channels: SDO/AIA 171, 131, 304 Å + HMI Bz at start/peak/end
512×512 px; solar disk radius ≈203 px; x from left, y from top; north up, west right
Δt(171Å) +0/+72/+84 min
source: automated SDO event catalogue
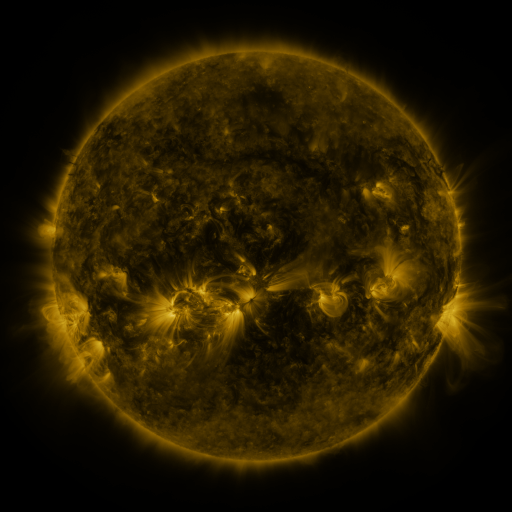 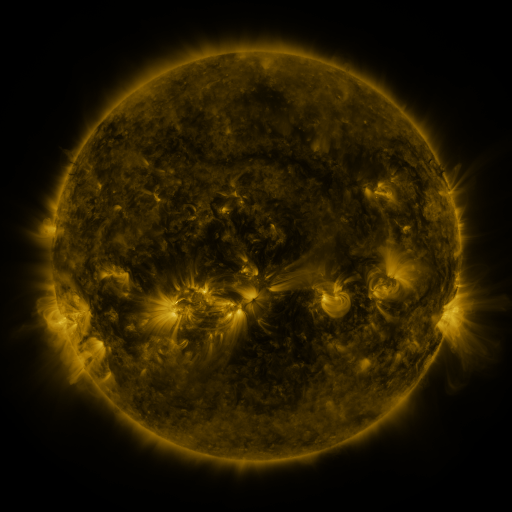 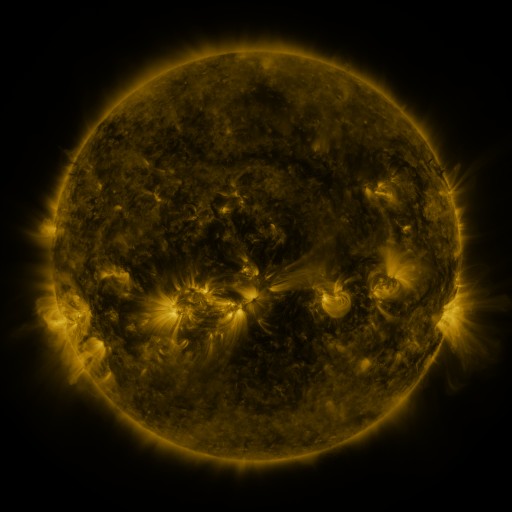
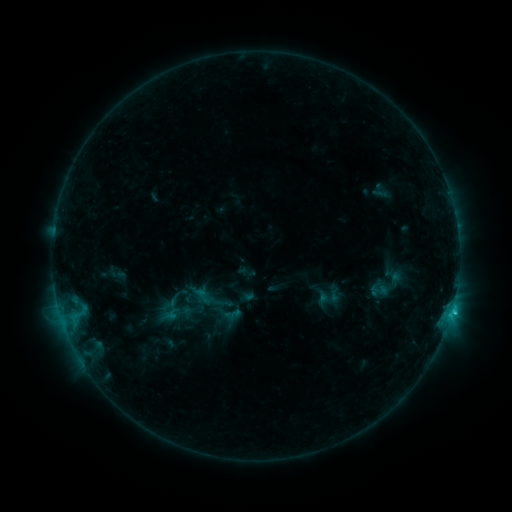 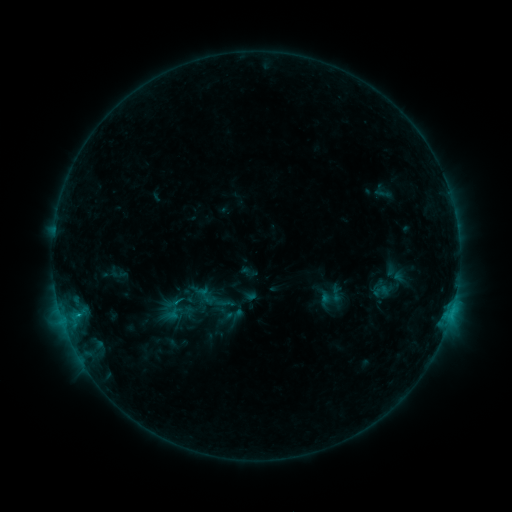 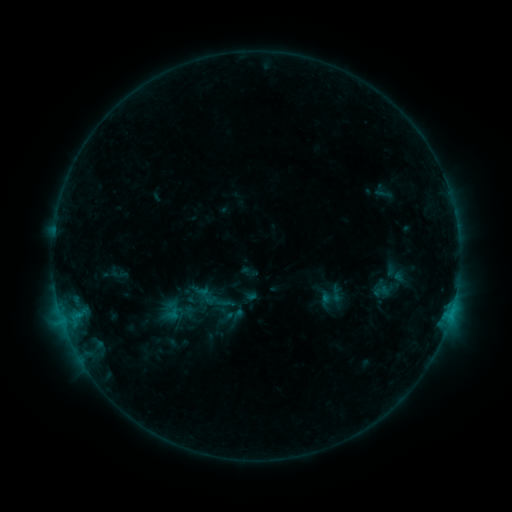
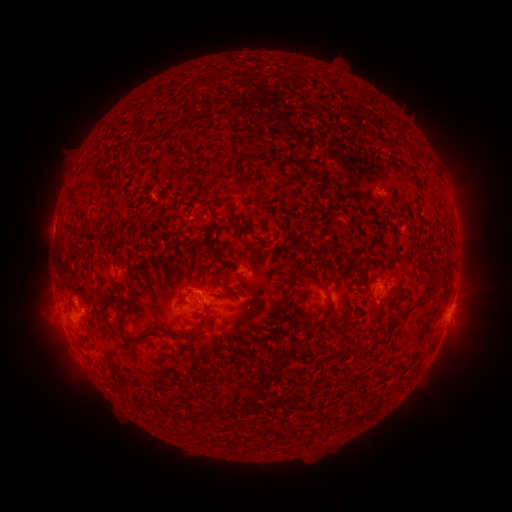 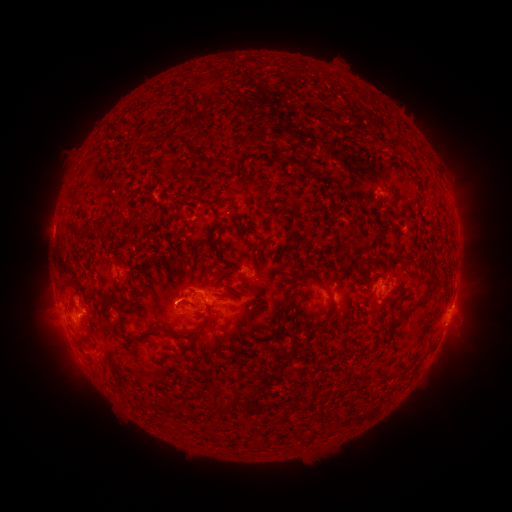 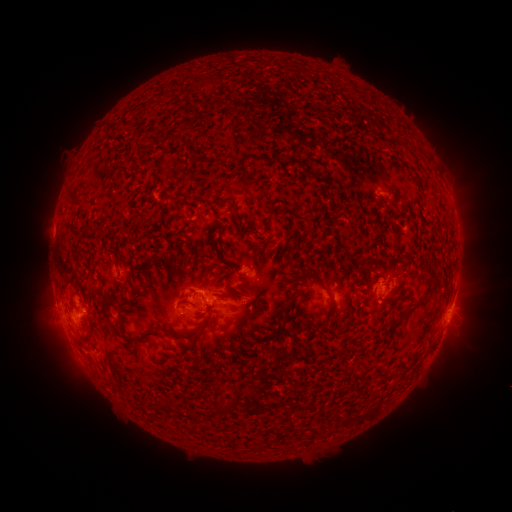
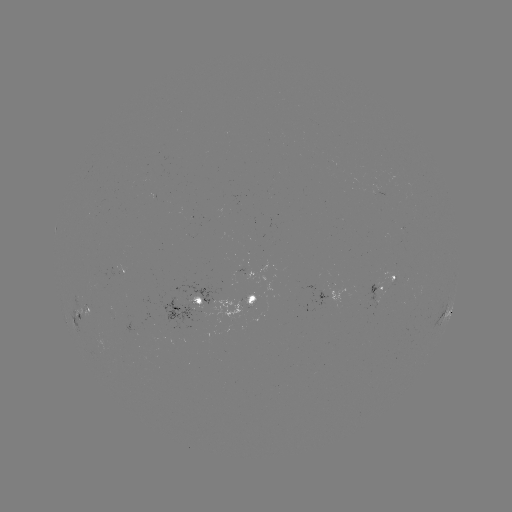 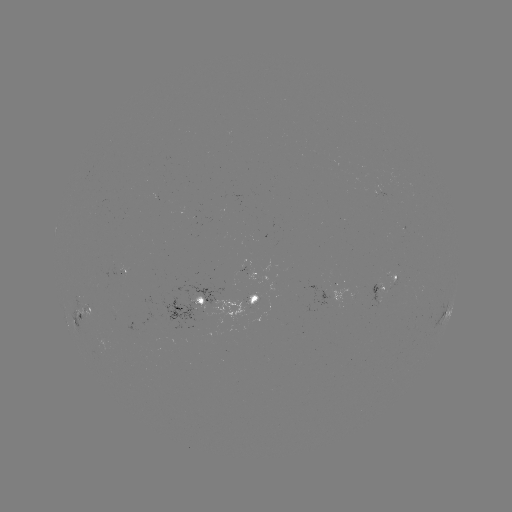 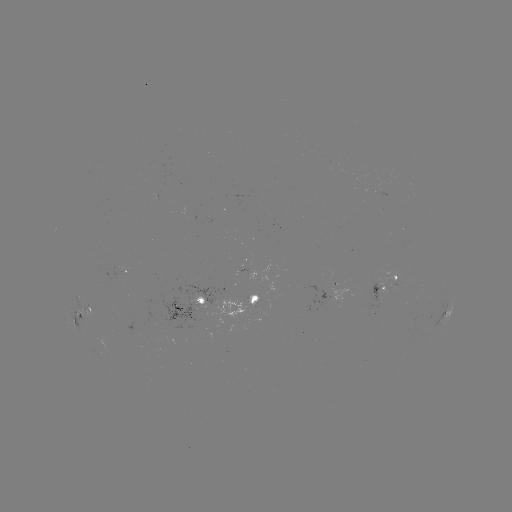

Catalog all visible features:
emerging-flux region: (252, 304)
